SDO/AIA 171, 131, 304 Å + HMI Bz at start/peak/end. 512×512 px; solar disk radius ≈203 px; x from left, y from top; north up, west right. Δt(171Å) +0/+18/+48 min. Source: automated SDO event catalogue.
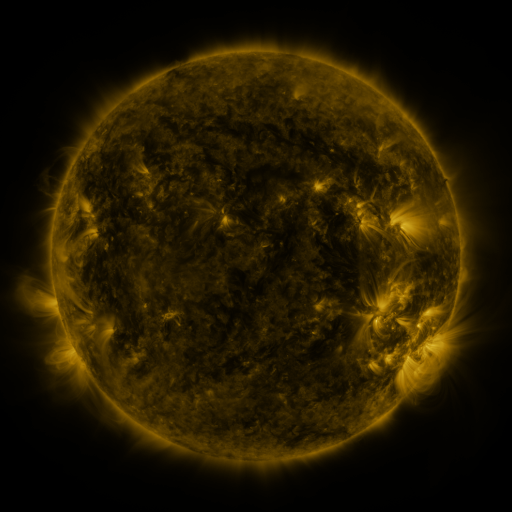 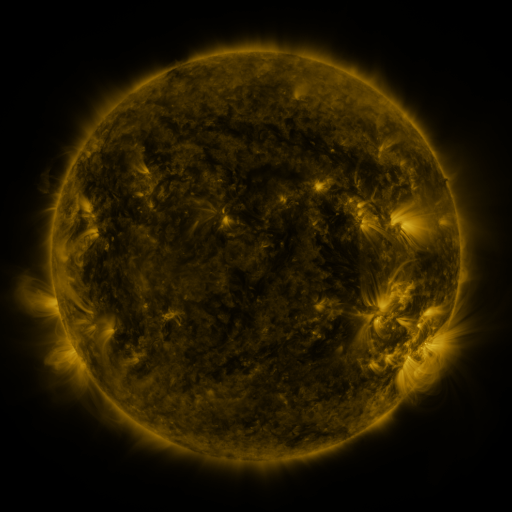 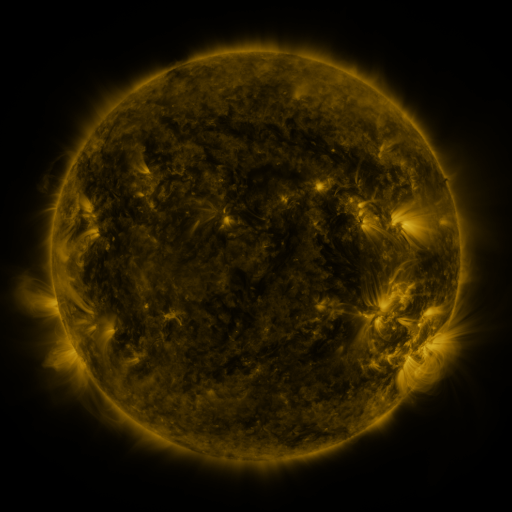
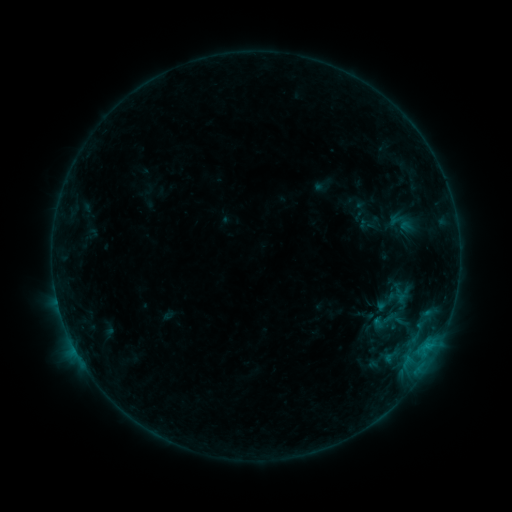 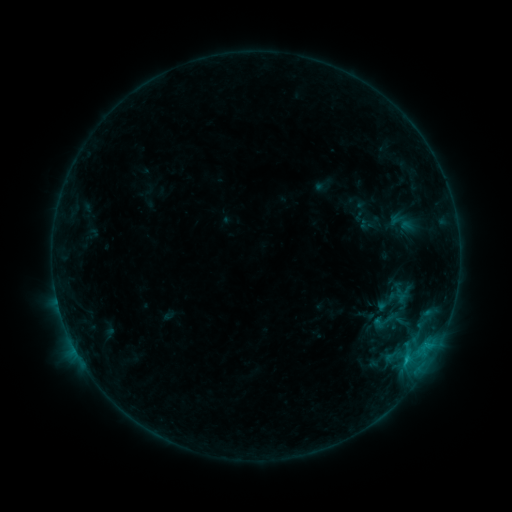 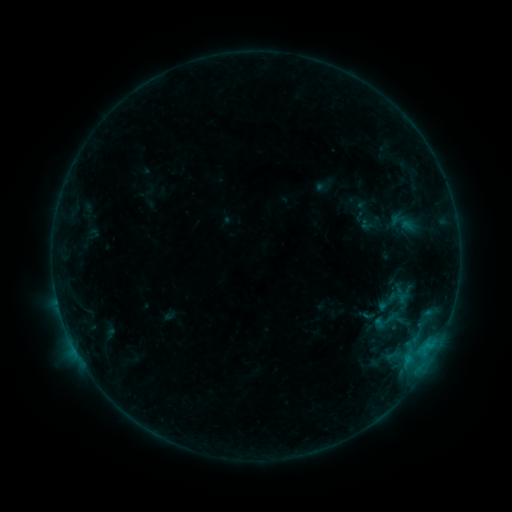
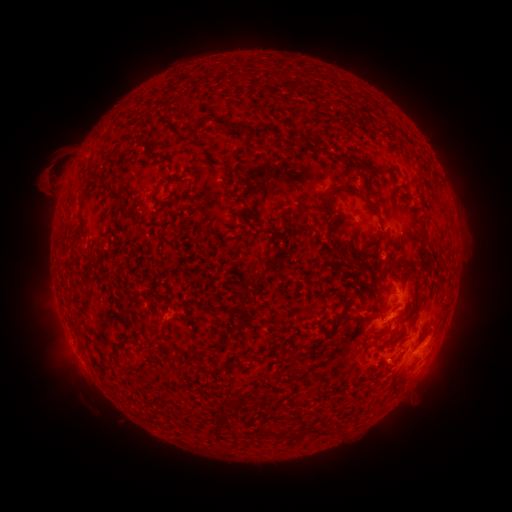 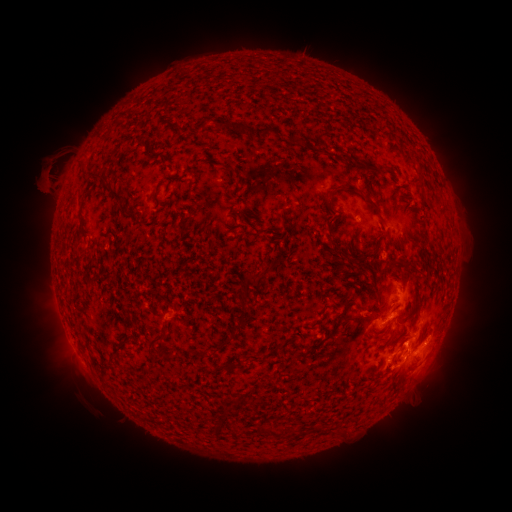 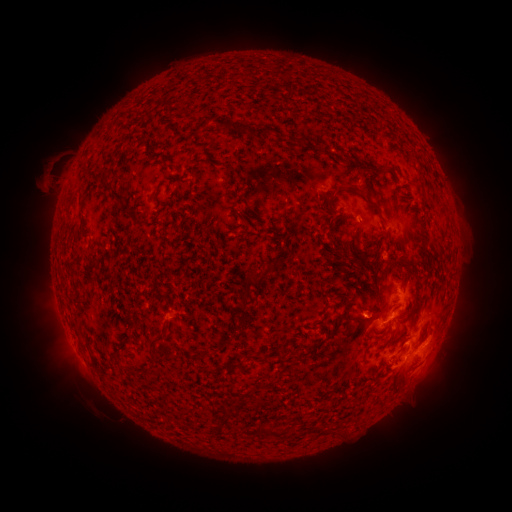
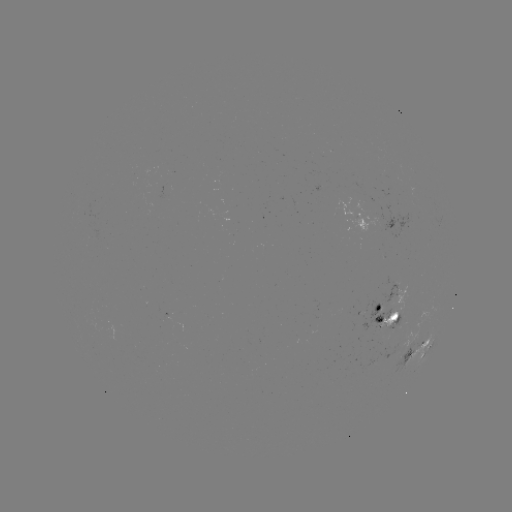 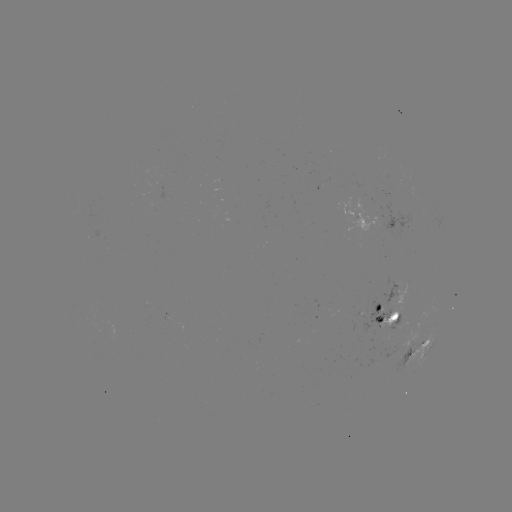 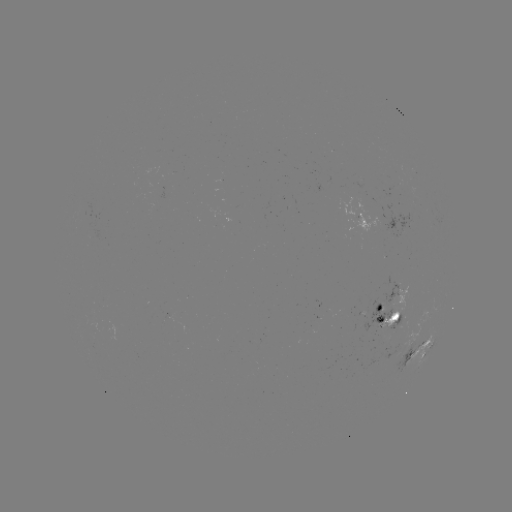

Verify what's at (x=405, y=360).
C1.1 flare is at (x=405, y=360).